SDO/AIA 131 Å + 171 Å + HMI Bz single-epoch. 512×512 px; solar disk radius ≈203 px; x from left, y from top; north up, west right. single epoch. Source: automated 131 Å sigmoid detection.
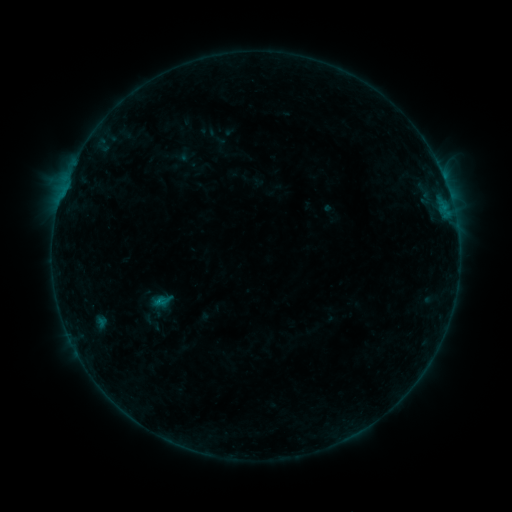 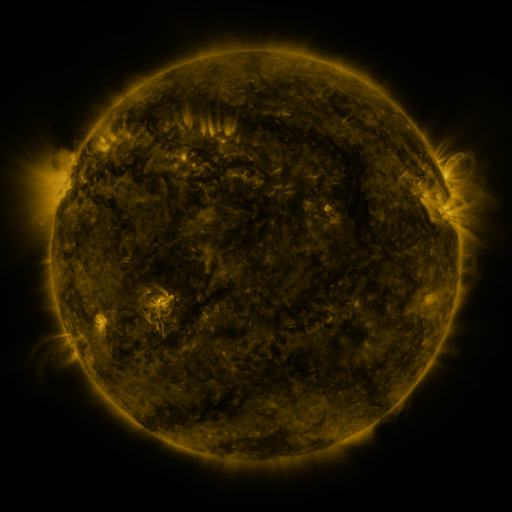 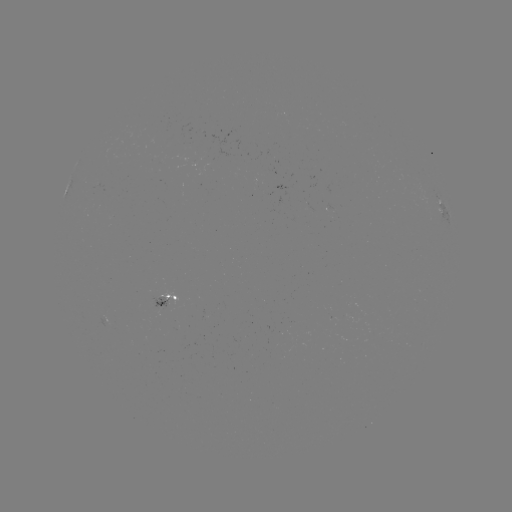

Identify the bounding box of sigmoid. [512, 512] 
[150, 291, 176, 311].